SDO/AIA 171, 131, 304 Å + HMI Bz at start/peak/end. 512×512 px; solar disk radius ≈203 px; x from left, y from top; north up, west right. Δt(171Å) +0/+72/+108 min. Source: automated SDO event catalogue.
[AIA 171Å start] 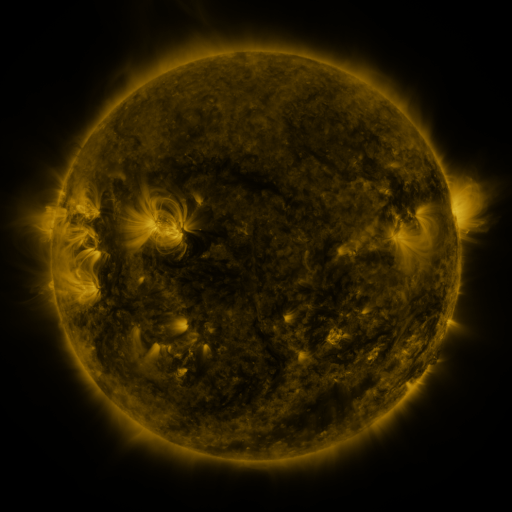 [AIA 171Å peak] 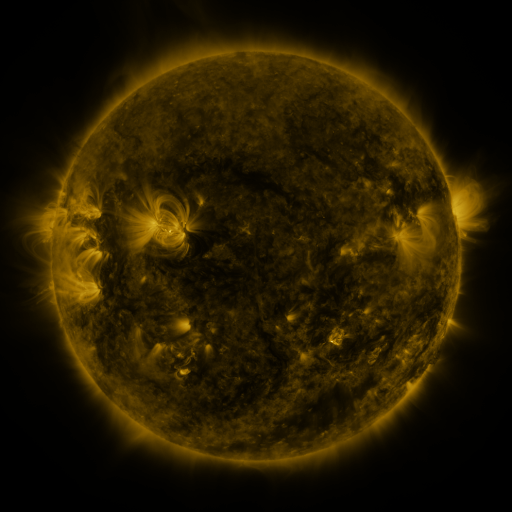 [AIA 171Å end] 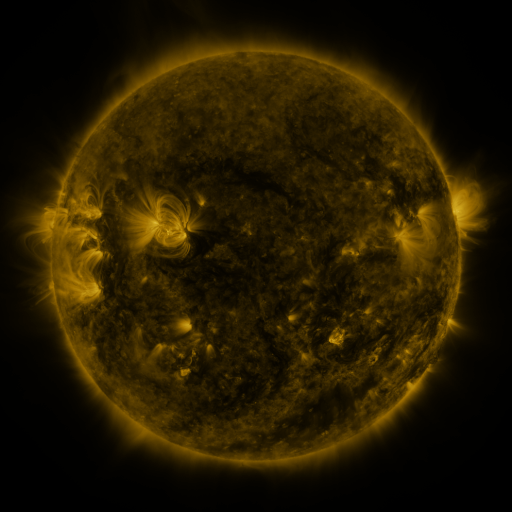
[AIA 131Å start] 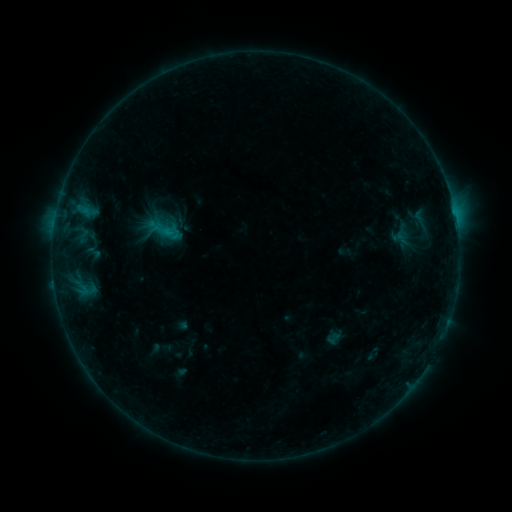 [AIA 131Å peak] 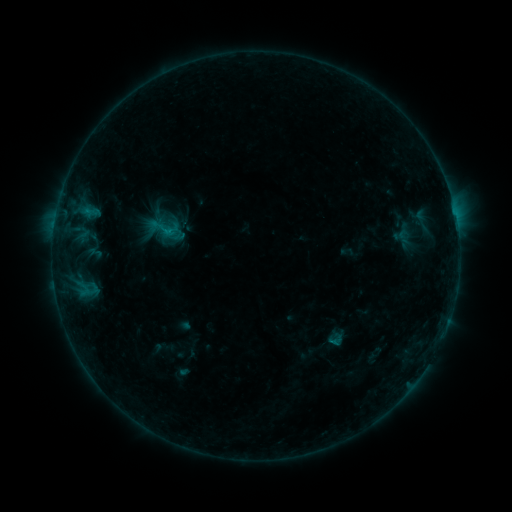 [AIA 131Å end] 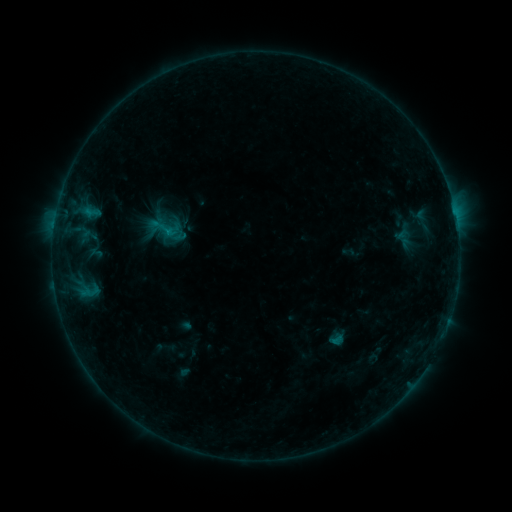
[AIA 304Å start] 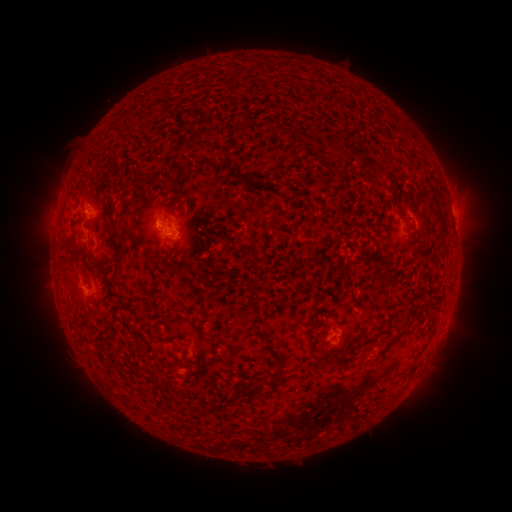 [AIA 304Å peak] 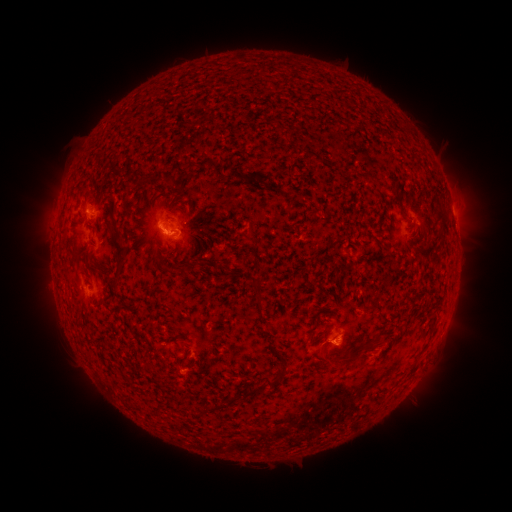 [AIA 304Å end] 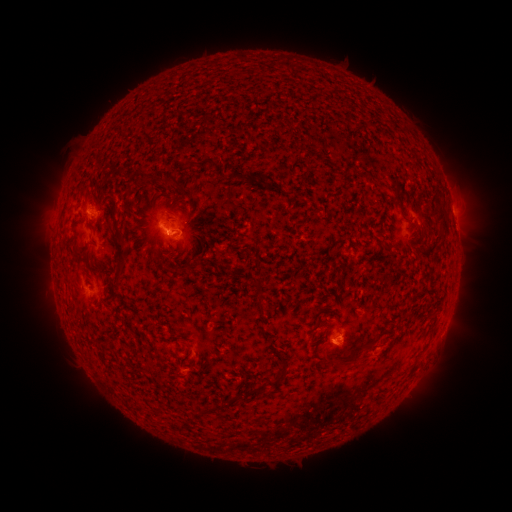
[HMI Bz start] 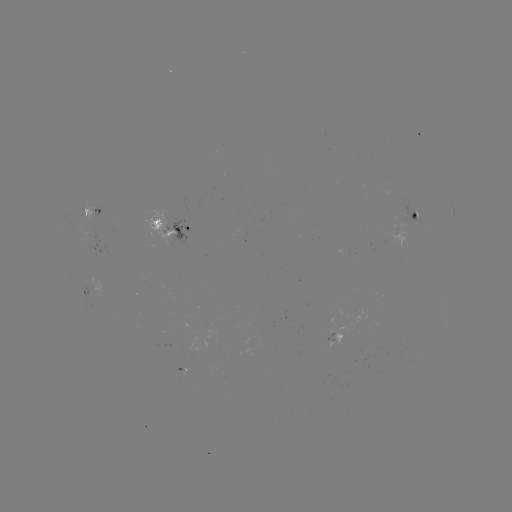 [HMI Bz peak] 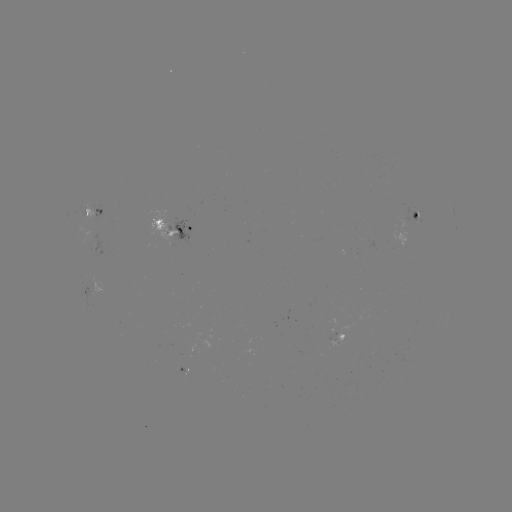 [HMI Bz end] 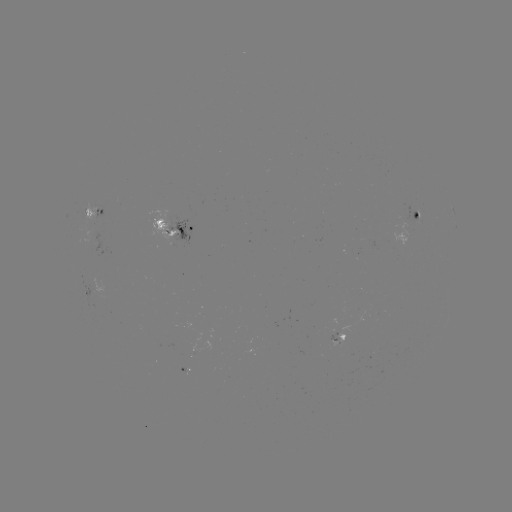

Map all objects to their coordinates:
emerging-flux region: (89, 234)
